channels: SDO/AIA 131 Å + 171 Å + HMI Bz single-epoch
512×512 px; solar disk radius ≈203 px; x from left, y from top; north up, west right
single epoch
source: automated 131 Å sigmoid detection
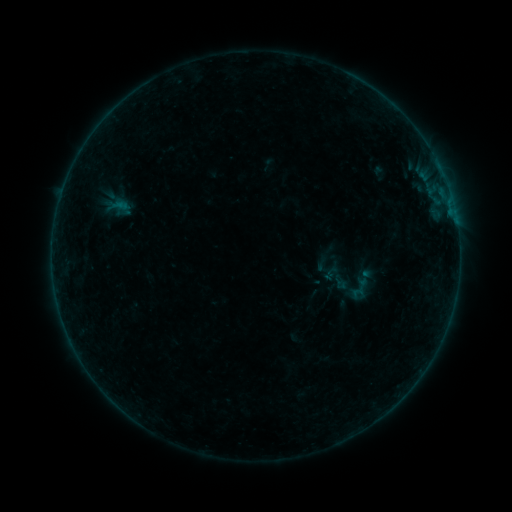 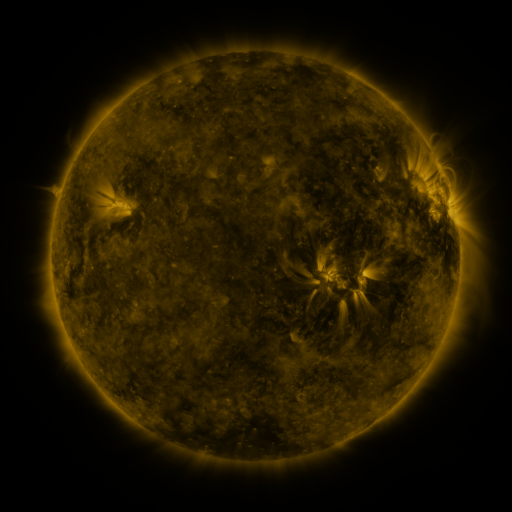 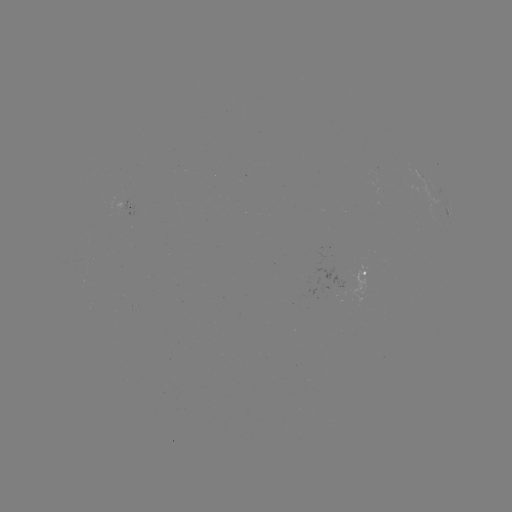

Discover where sigmoid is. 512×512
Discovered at (357, 290).